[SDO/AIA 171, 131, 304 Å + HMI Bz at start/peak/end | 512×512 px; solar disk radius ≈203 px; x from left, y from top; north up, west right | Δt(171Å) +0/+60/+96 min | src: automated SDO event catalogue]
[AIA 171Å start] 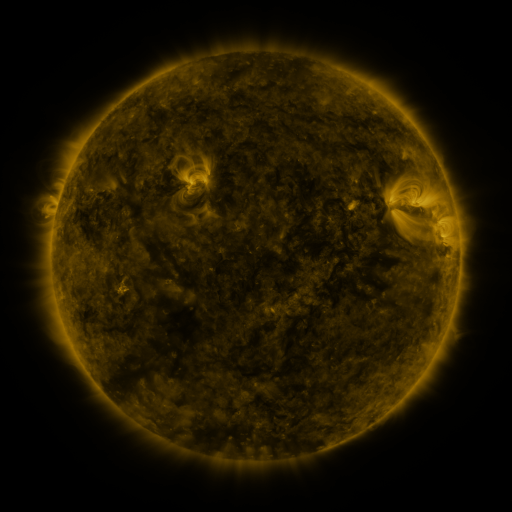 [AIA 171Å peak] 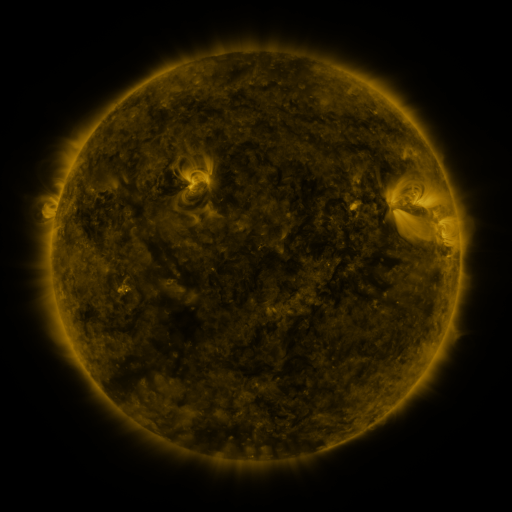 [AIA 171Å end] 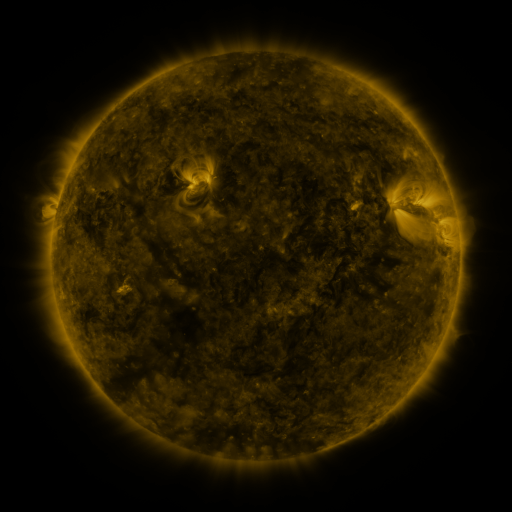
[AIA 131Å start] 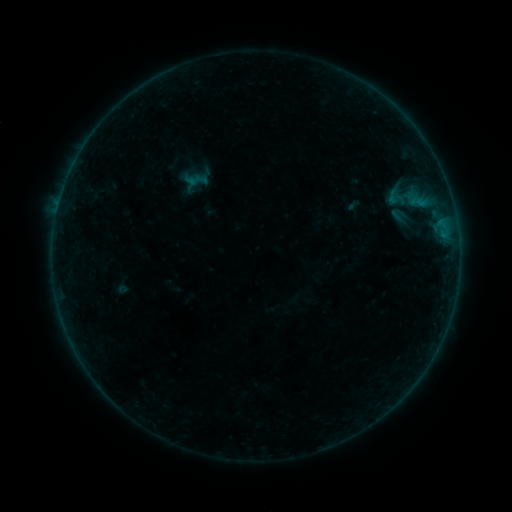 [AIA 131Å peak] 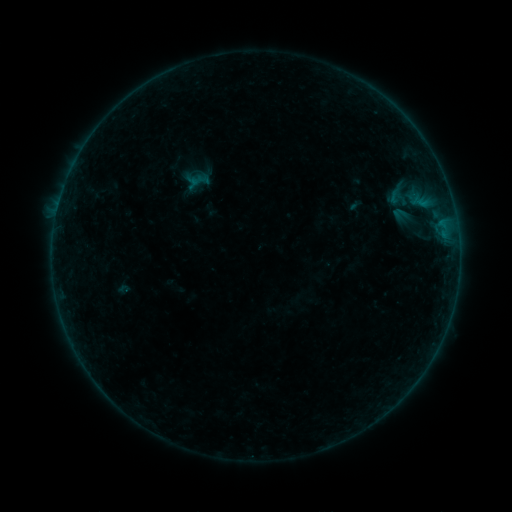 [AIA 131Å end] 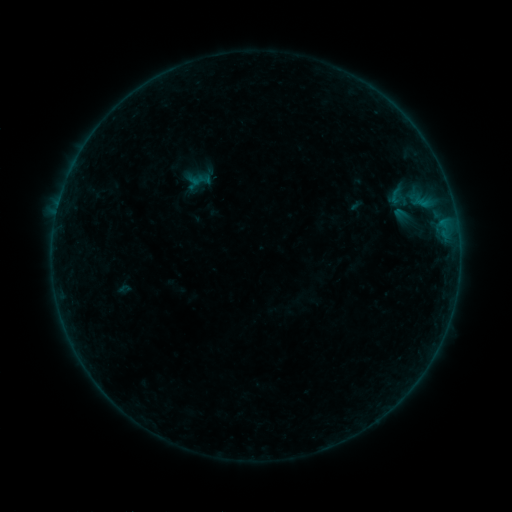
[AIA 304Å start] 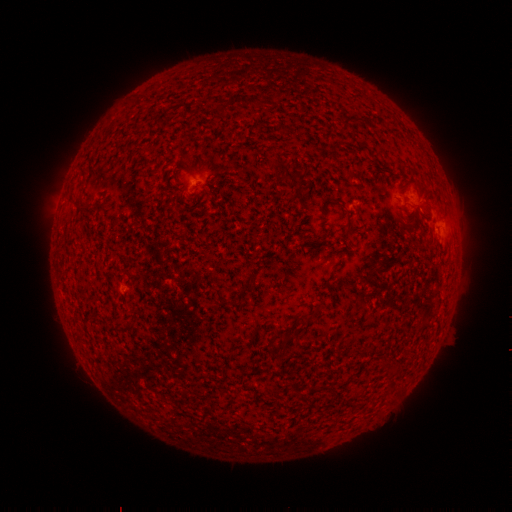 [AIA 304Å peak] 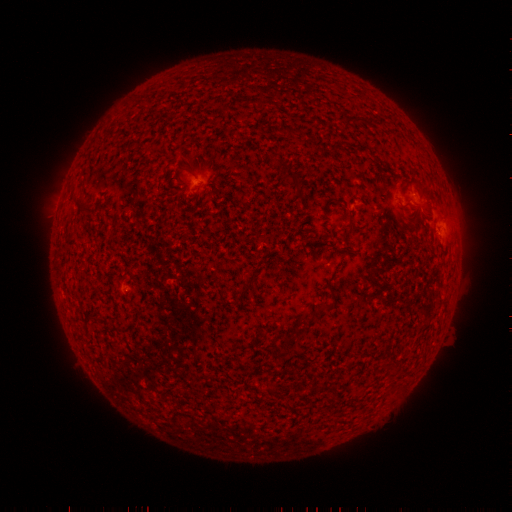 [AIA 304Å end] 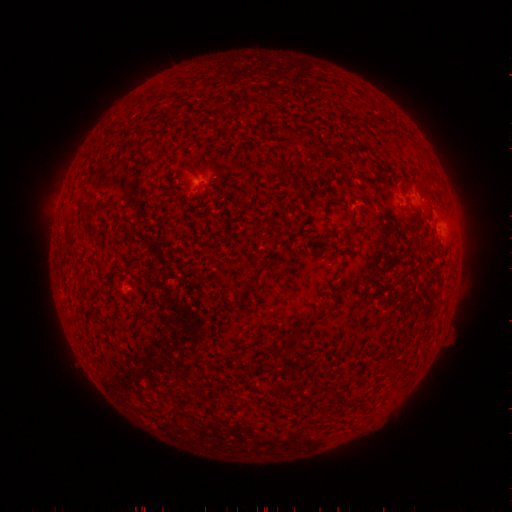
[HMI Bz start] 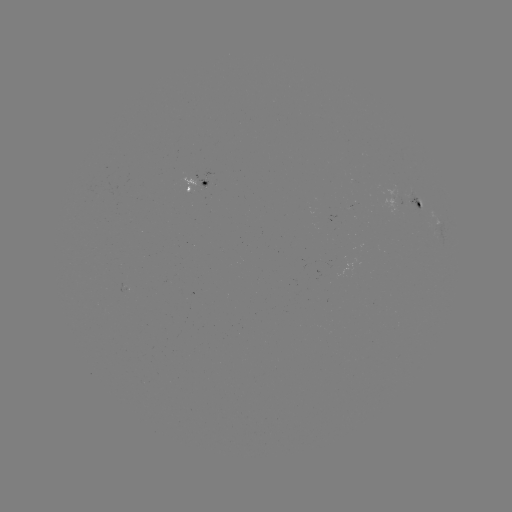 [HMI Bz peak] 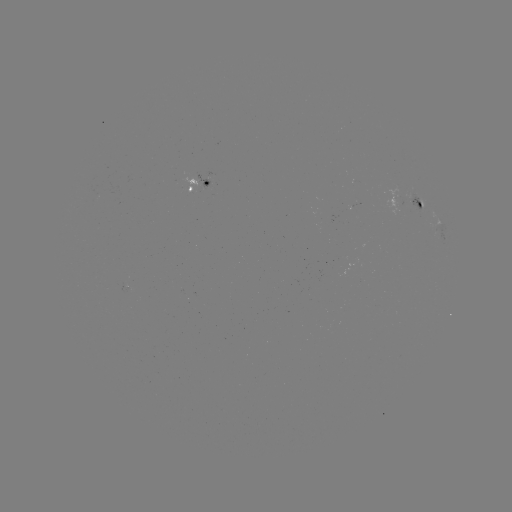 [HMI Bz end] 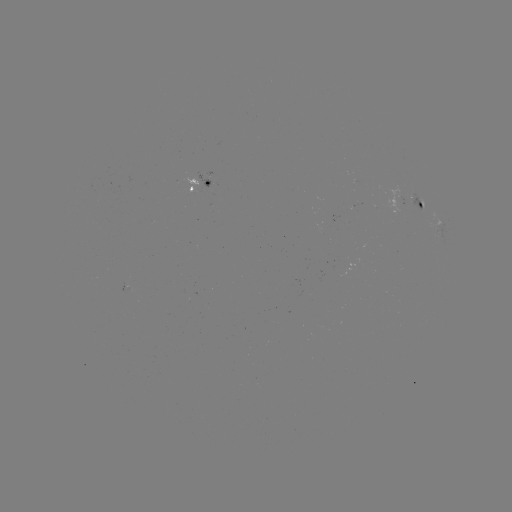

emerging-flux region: (119, 284, 129, 295)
